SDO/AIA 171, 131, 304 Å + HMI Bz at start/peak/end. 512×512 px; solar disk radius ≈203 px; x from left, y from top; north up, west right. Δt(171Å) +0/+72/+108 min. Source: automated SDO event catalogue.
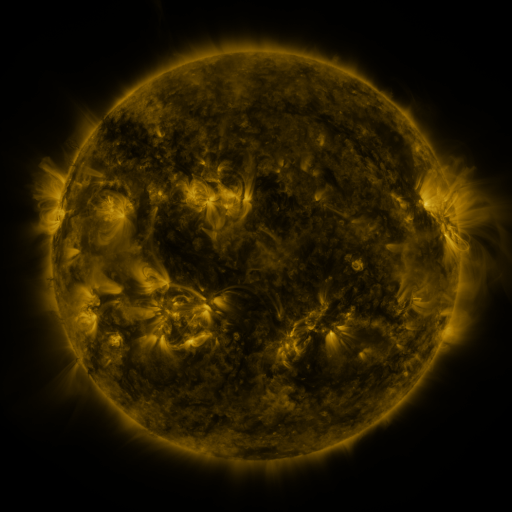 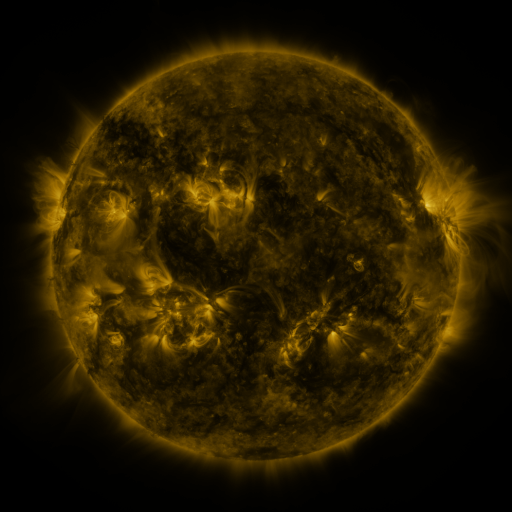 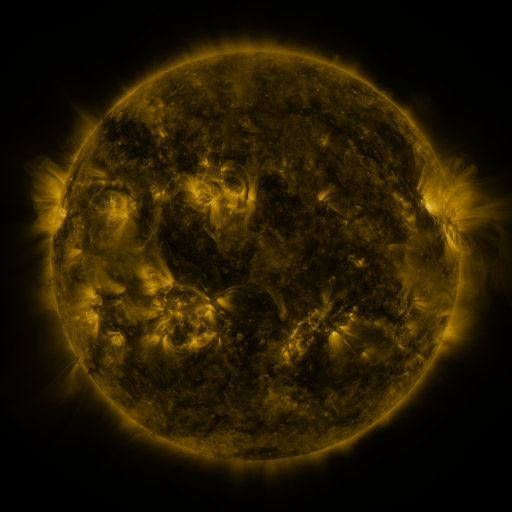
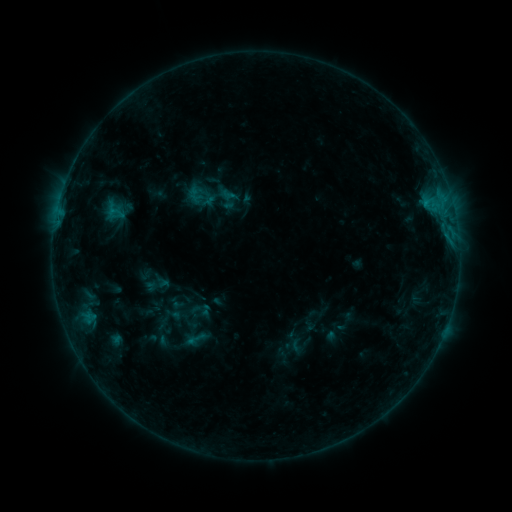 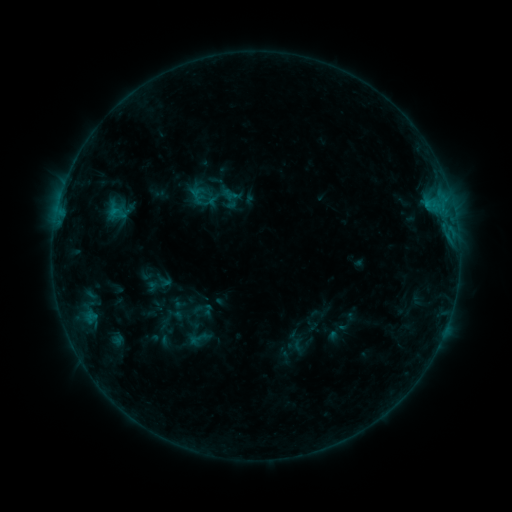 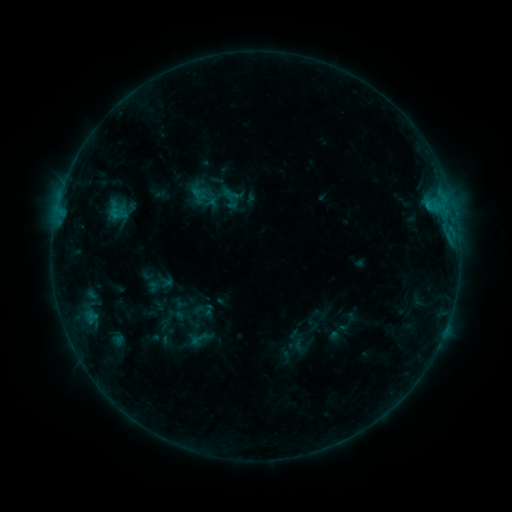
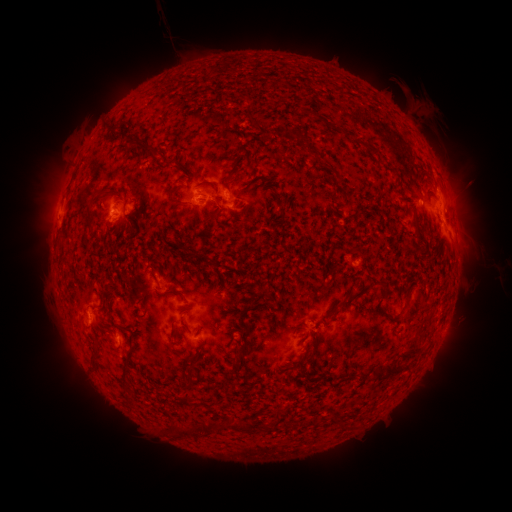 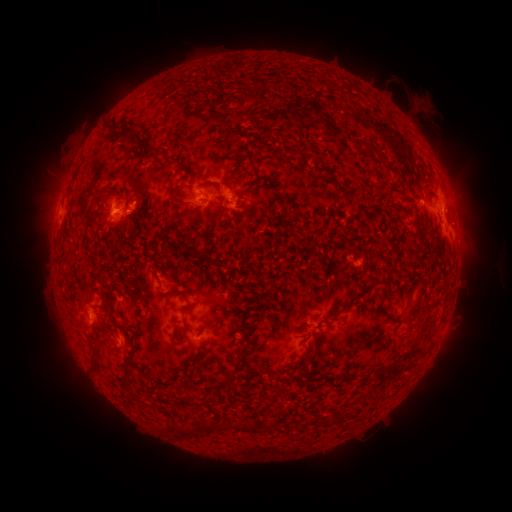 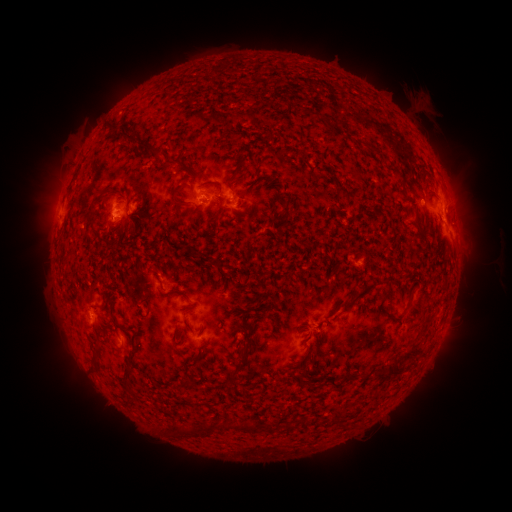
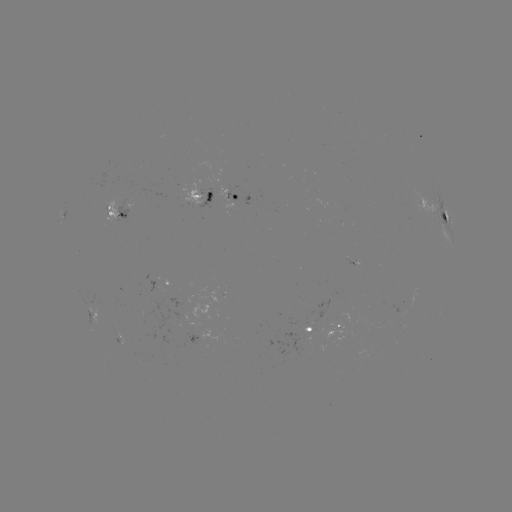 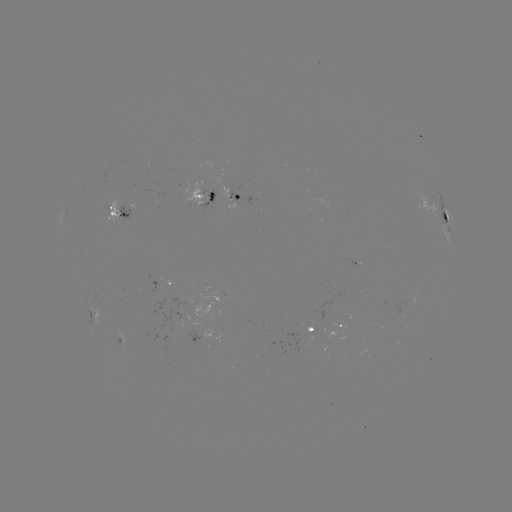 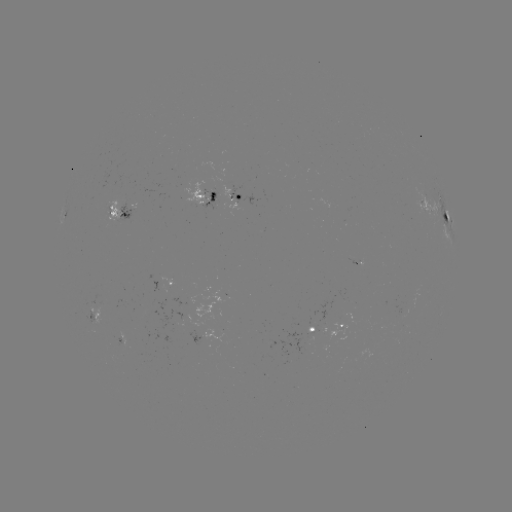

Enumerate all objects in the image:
emerging-flux region: (214, 196)
